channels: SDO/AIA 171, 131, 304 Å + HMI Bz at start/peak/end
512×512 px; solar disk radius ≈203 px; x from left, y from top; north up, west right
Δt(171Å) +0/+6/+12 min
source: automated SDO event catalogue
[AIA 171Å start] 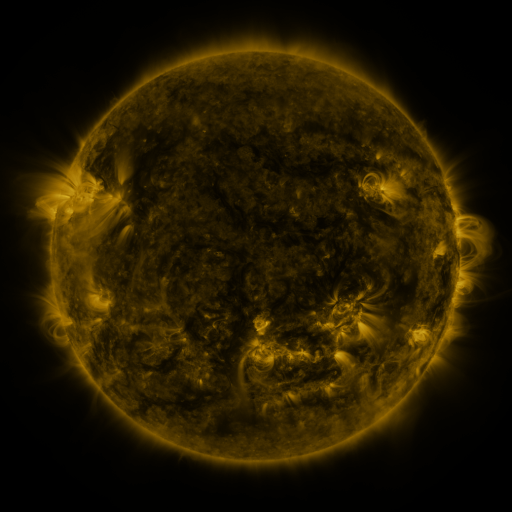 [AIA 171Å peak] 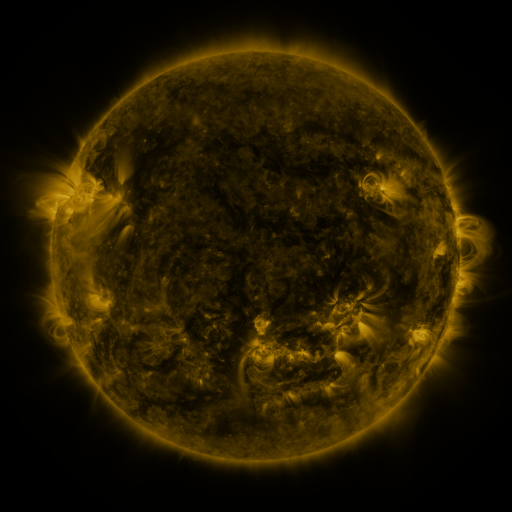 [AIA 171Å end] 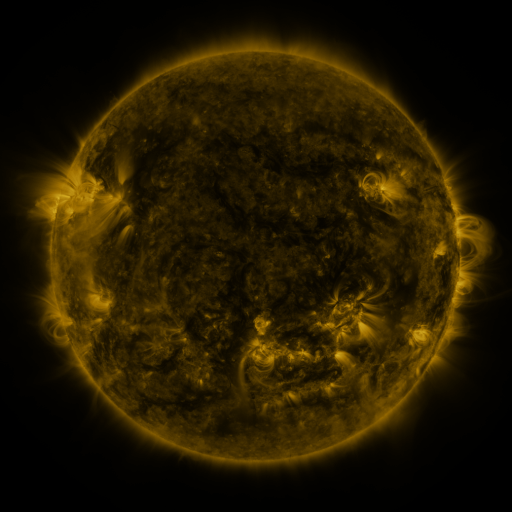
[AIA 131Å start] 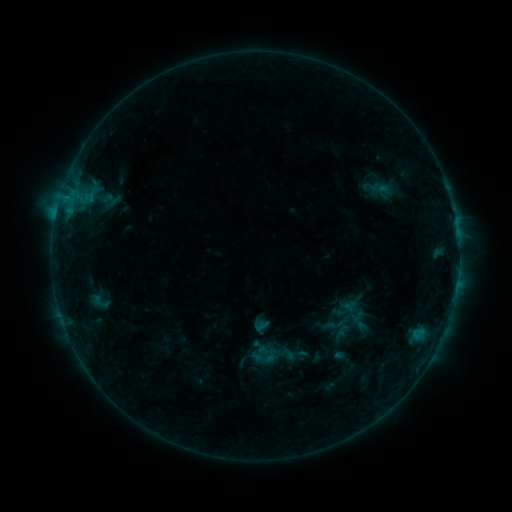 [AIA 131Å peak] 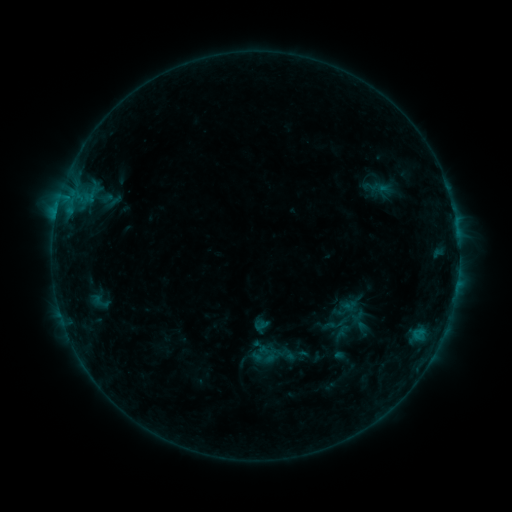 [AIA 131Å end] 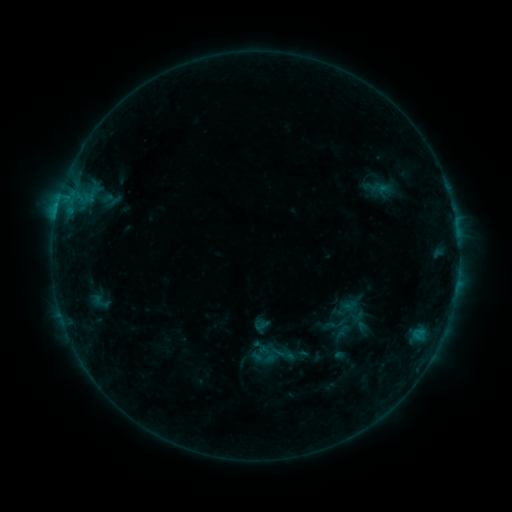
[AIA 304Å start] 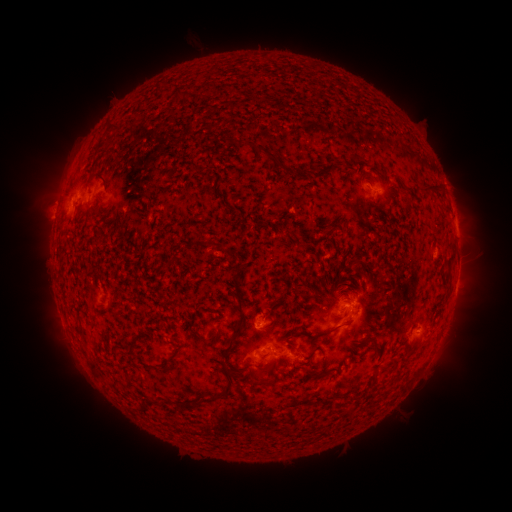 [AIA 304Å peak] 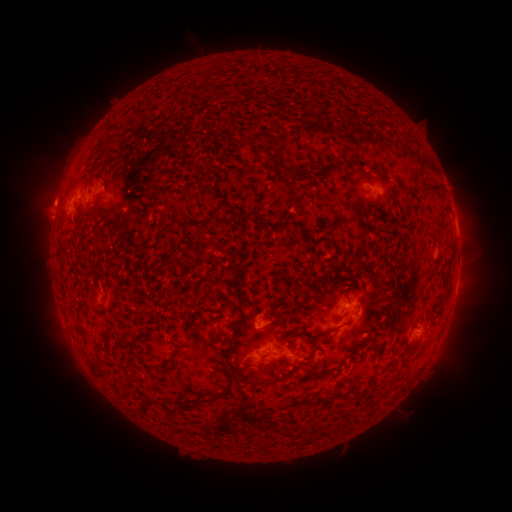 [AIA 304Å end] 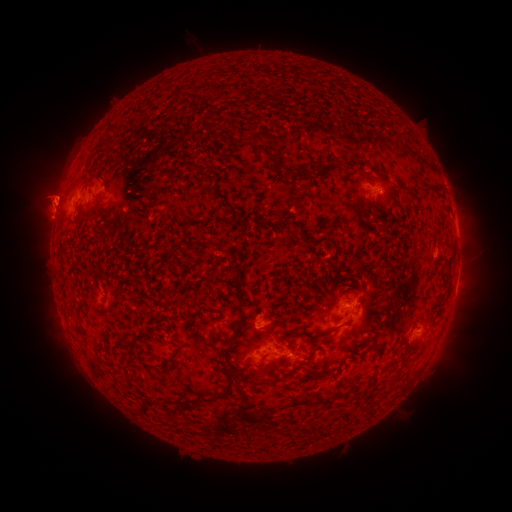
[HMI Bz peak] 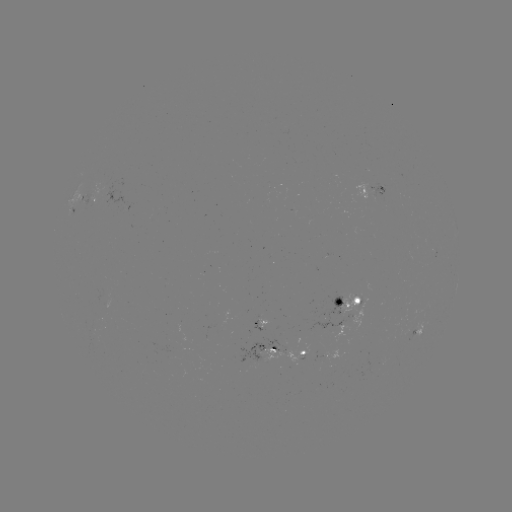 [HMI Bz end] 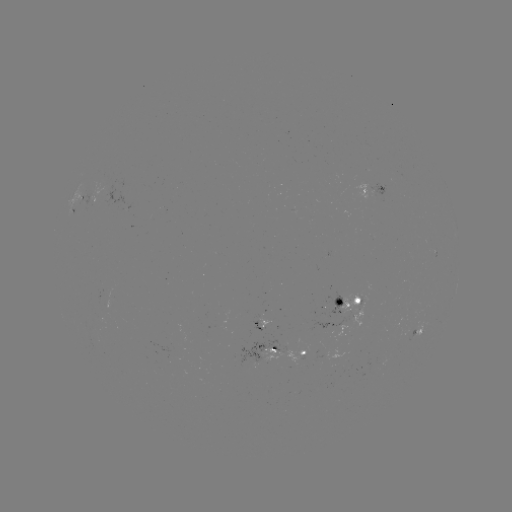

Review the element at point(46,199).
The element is eruption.